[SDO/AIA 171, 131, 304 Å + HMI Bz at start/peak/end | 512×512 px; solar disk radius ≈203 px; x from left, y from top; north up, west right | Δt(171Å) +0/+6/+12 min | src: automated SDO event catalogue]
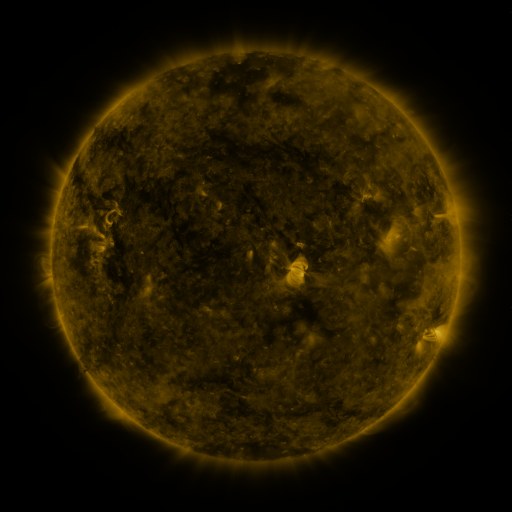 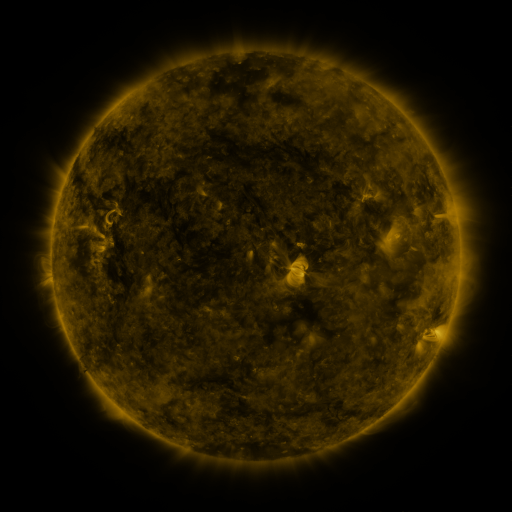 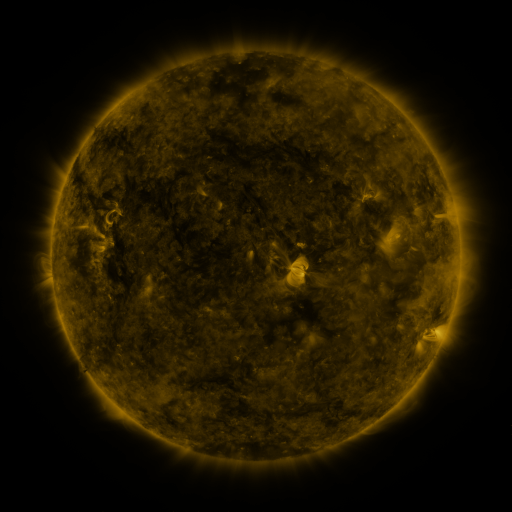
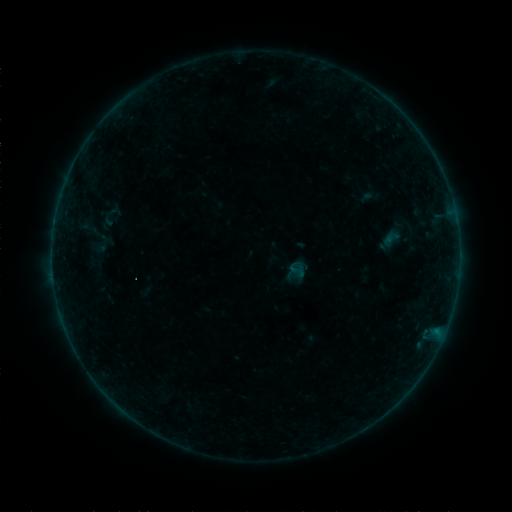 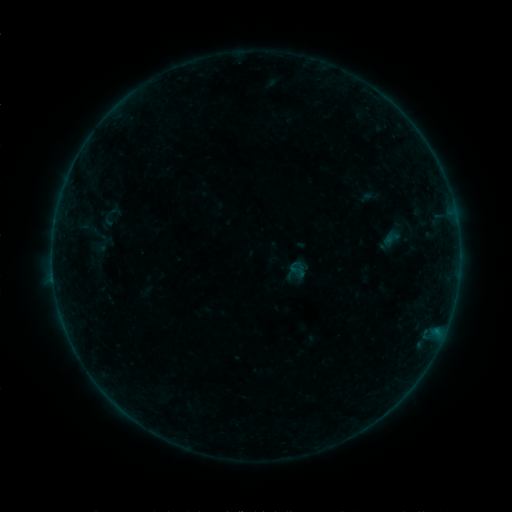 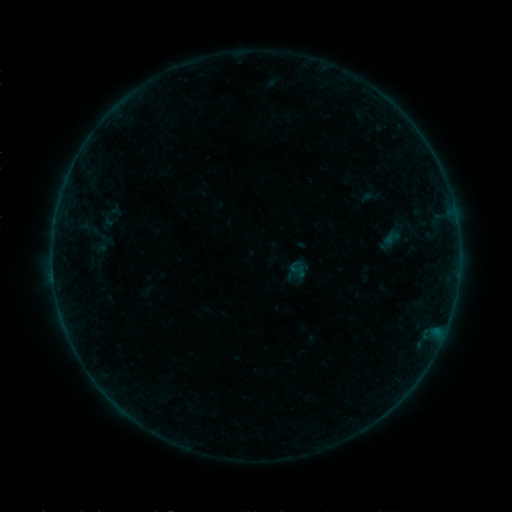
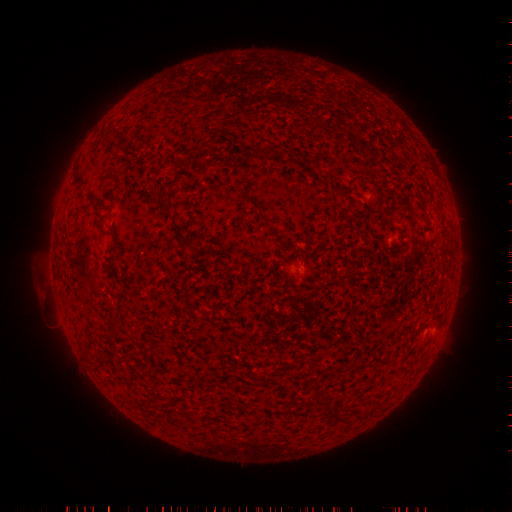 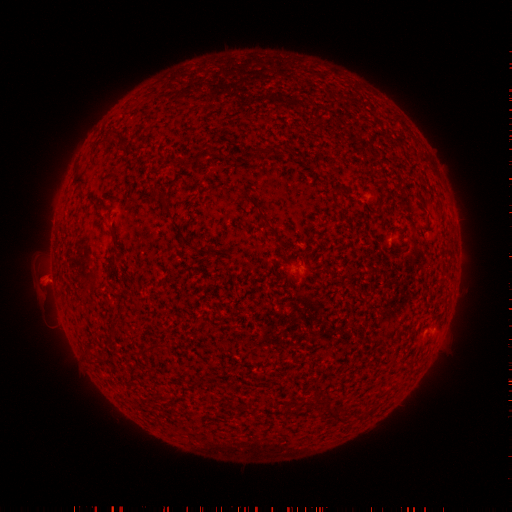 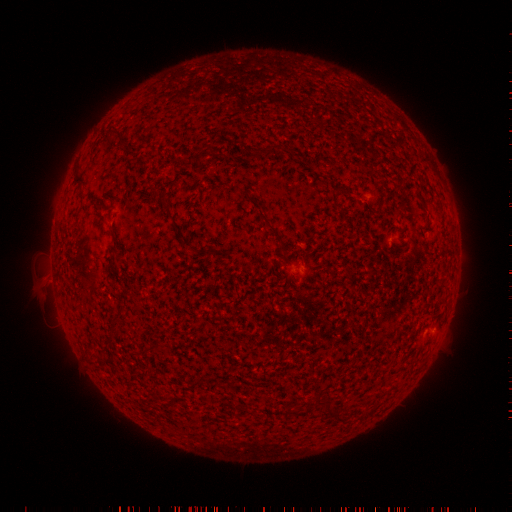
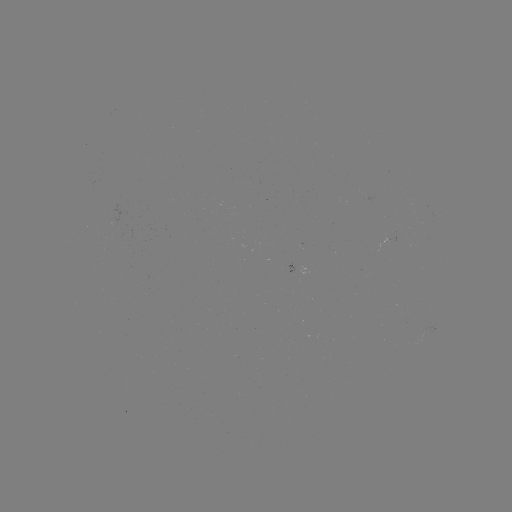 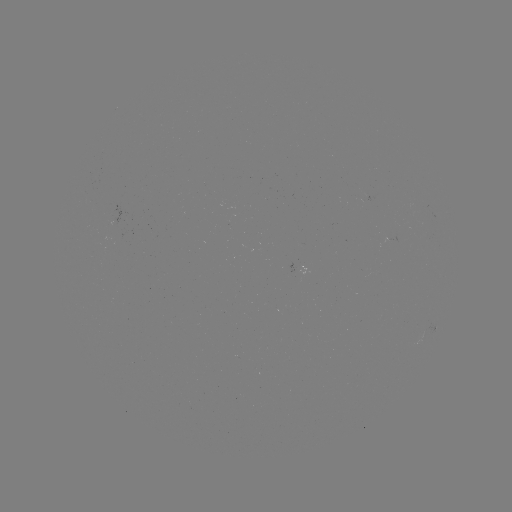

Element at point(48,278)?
eruption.